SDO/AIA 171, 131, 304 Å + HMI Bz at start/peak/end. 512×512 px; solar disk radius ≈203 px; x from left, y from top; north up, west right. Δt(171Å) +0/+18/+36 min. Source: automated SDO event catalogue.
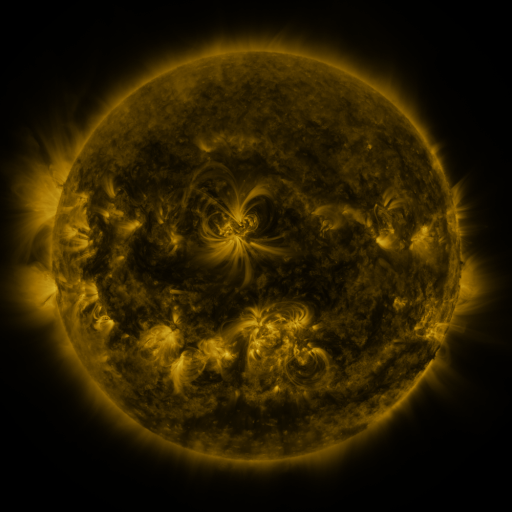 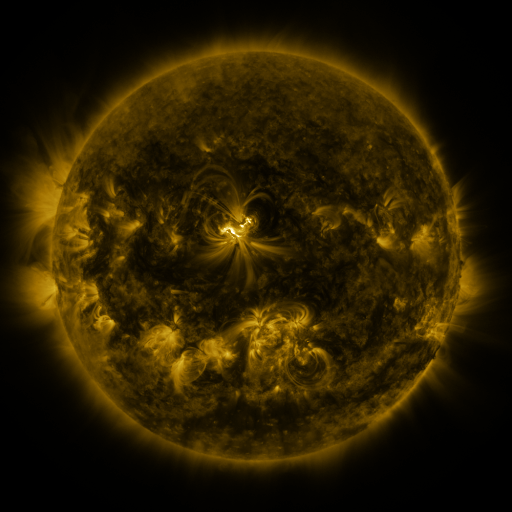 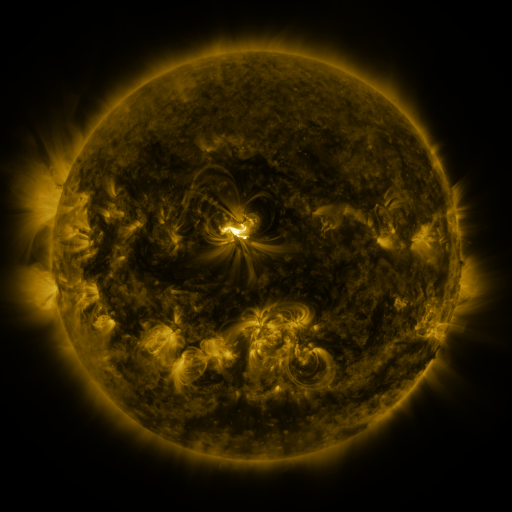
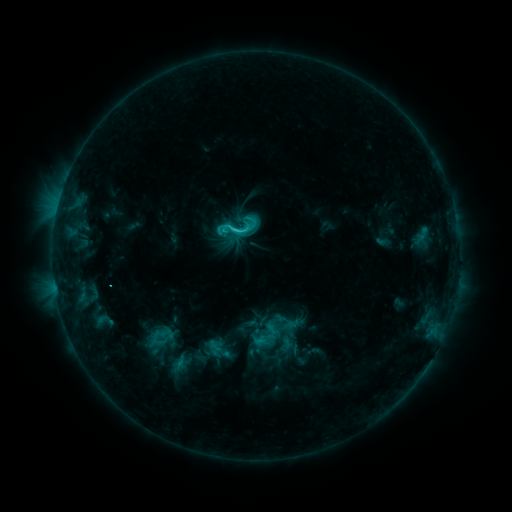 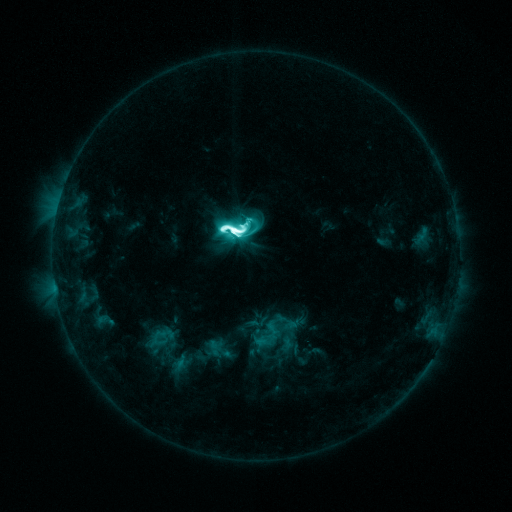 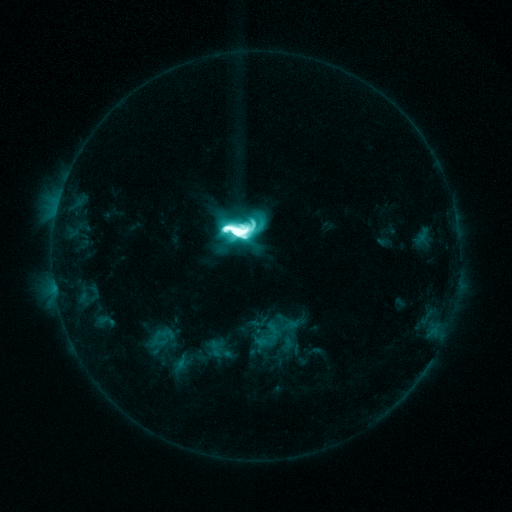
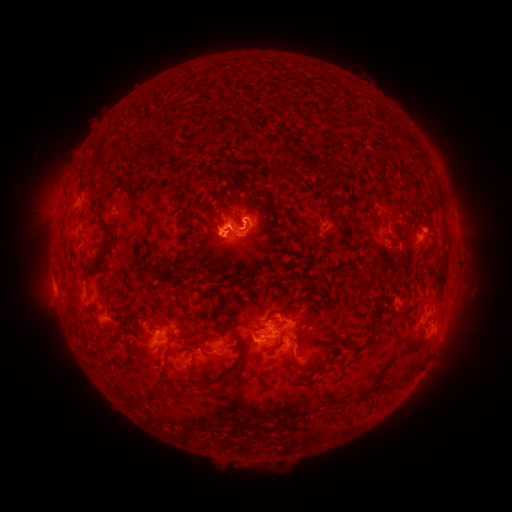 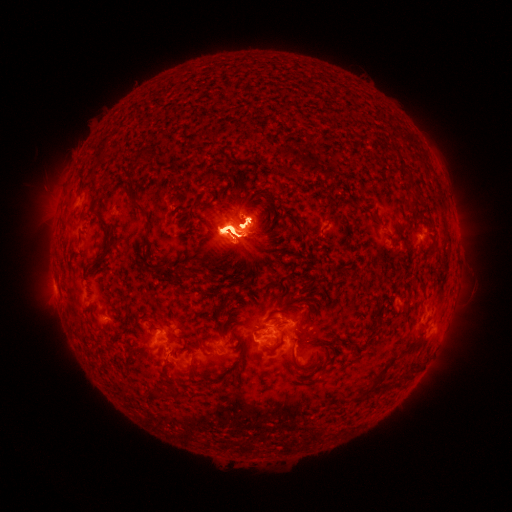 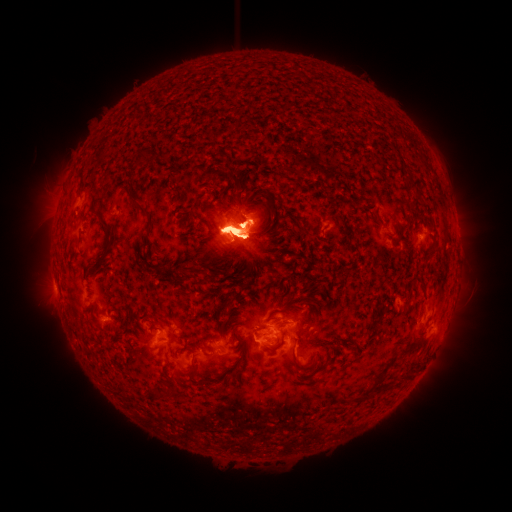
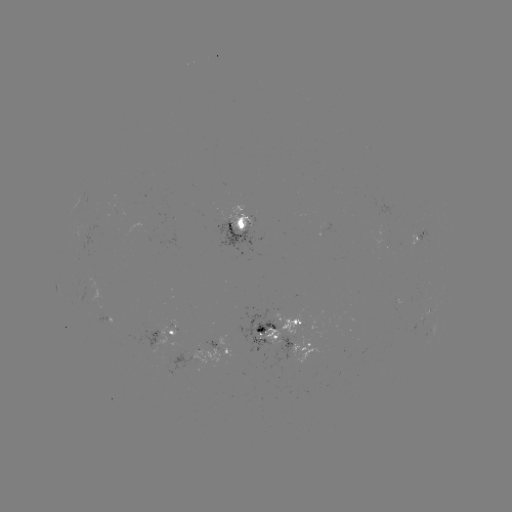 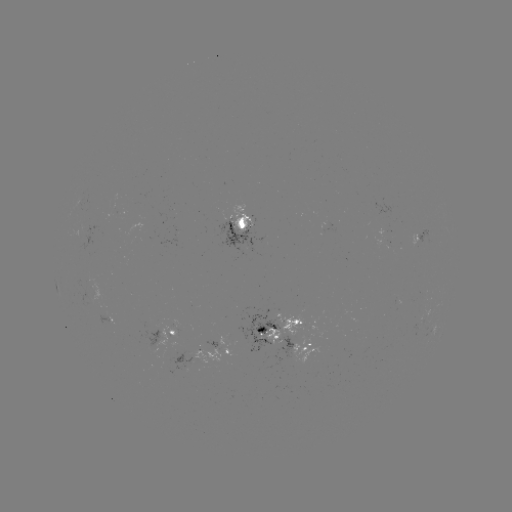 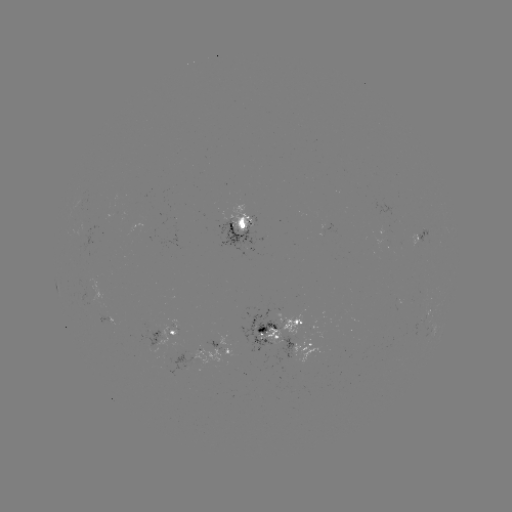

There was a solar eruption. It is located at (237, 235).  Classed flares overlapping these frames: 1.